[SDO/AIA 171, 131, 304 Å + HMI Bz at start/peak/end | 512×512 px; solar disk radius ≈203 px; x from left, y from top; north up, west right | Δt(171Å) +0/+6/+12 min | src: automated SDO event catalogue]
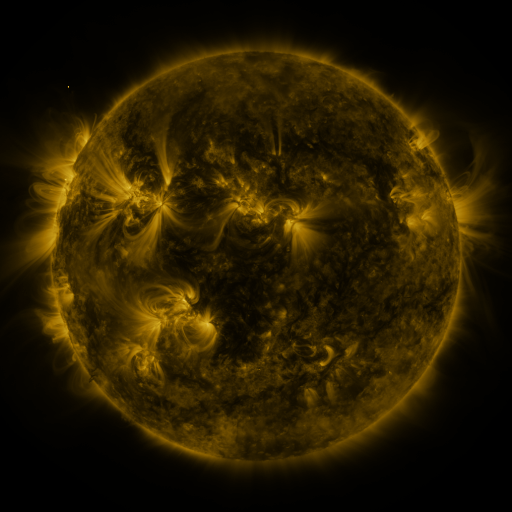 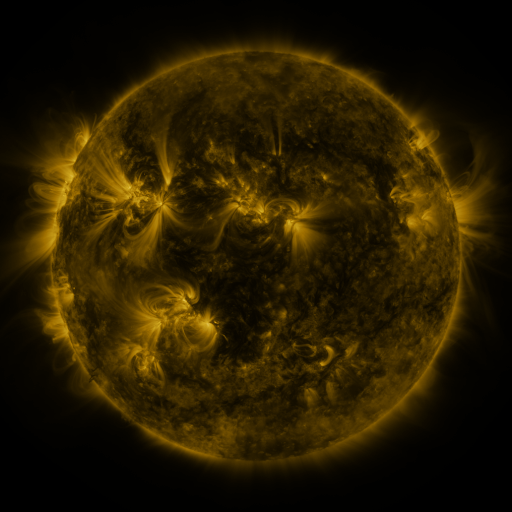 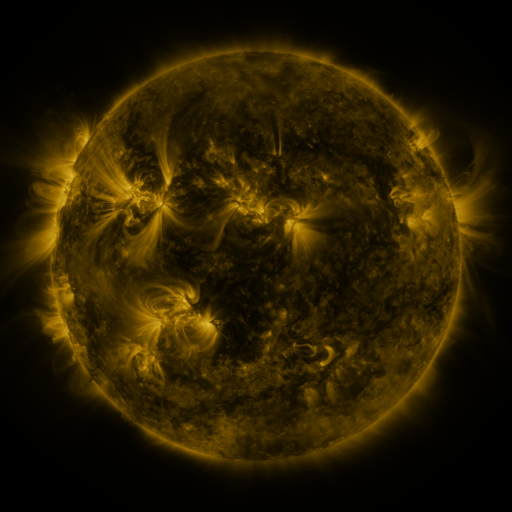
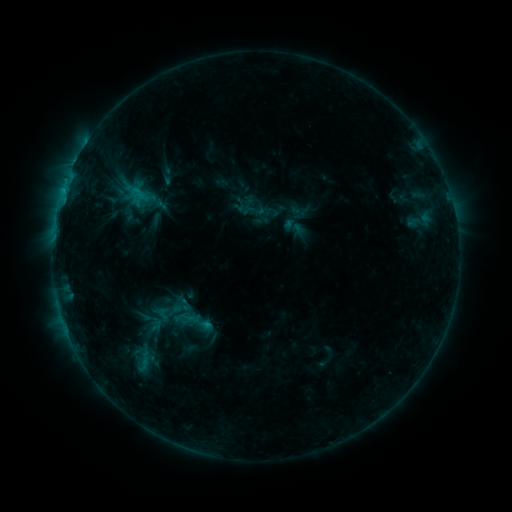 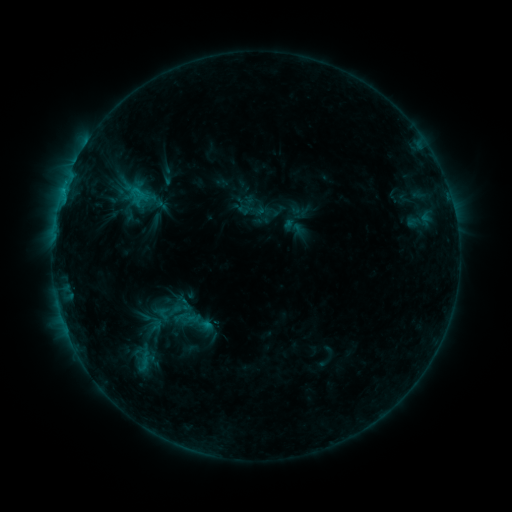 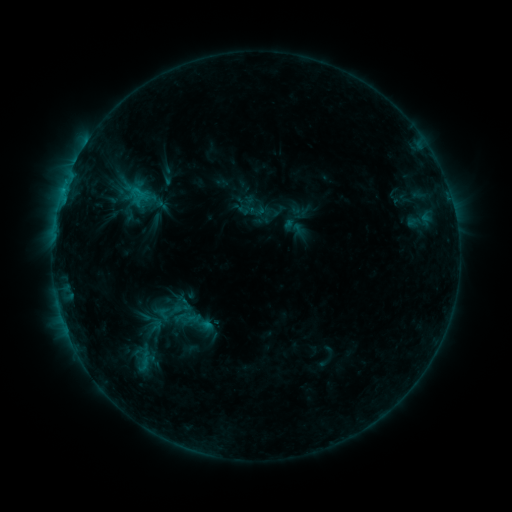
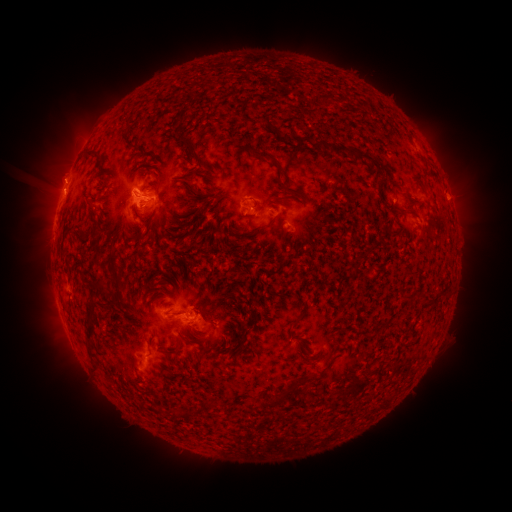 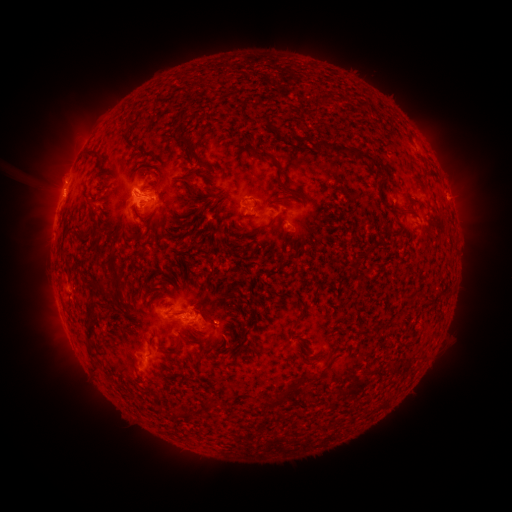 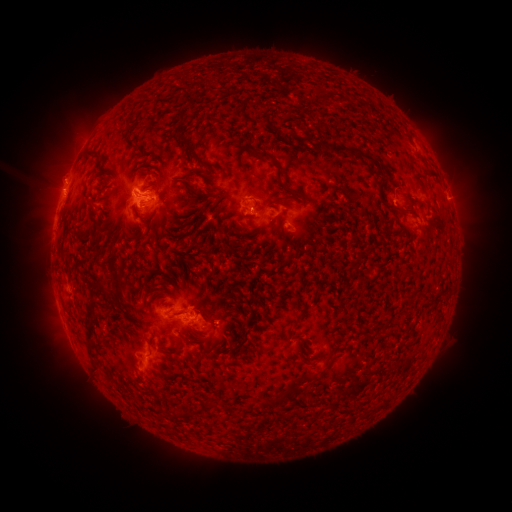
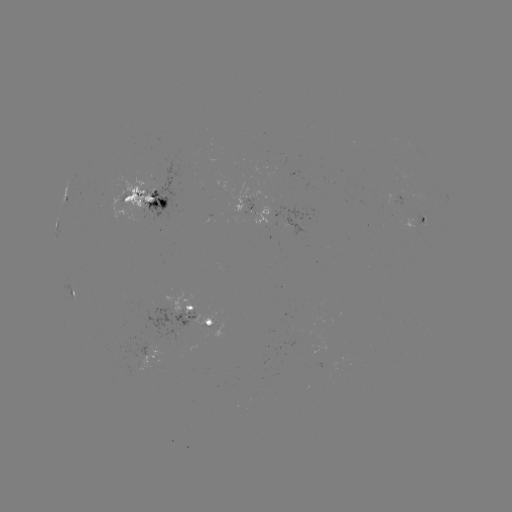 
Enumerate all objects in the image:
eruption: (222, 319)
